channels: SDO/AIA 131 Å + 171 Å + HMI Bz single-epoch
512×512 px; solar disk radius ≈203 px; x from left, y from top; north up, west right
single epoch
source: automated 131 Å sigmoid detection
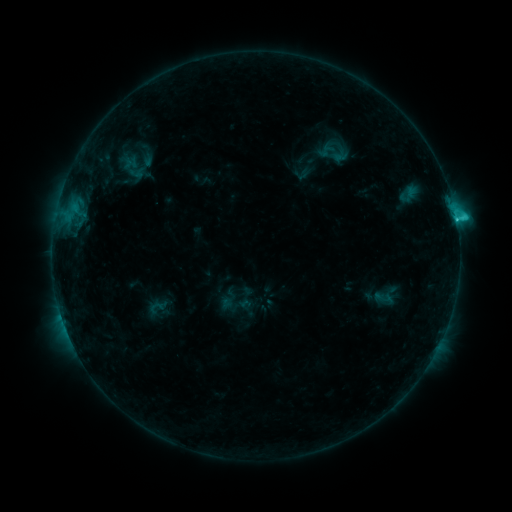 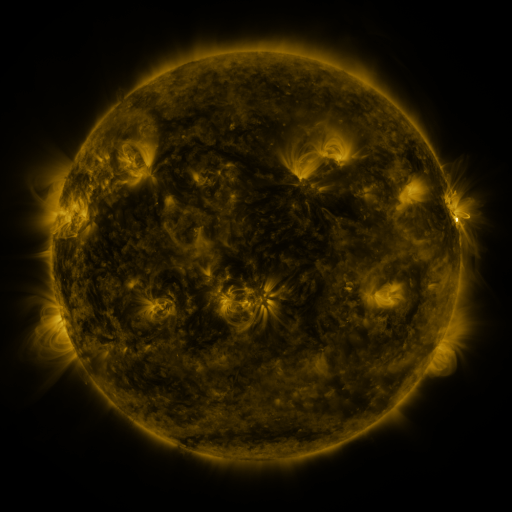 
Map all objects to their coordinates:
sigmoid: (384, 298)
sigmoid: (157, 307)
